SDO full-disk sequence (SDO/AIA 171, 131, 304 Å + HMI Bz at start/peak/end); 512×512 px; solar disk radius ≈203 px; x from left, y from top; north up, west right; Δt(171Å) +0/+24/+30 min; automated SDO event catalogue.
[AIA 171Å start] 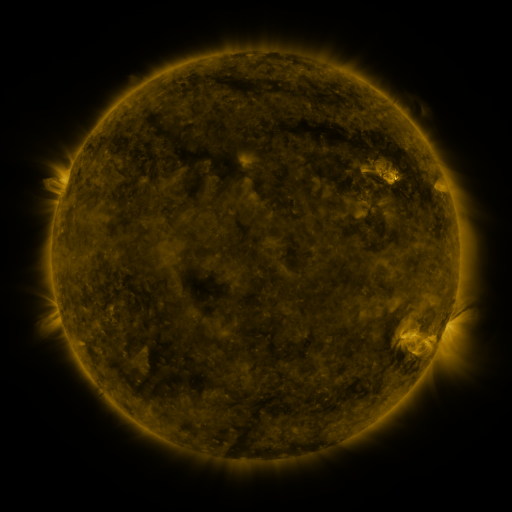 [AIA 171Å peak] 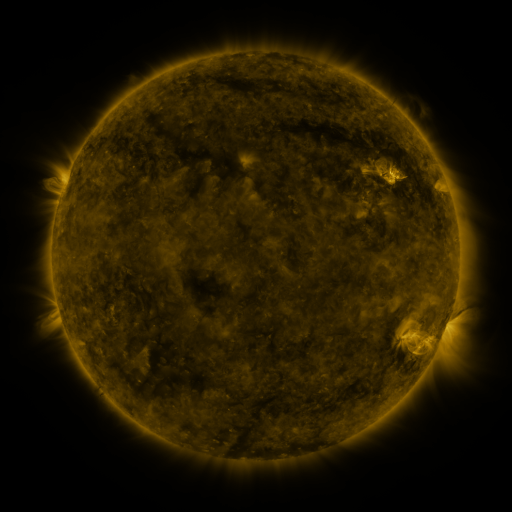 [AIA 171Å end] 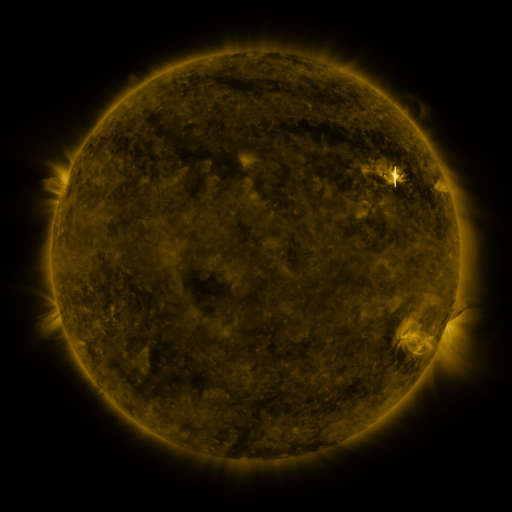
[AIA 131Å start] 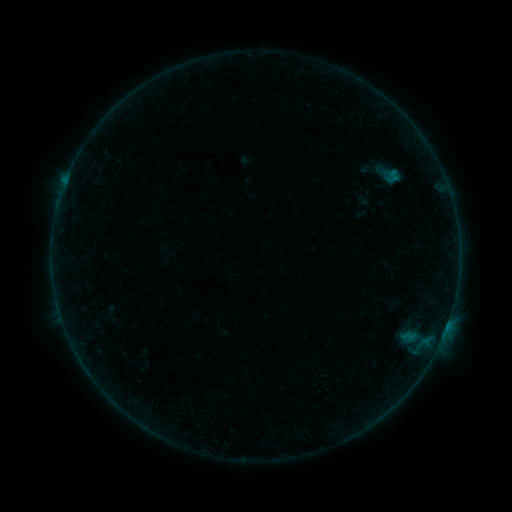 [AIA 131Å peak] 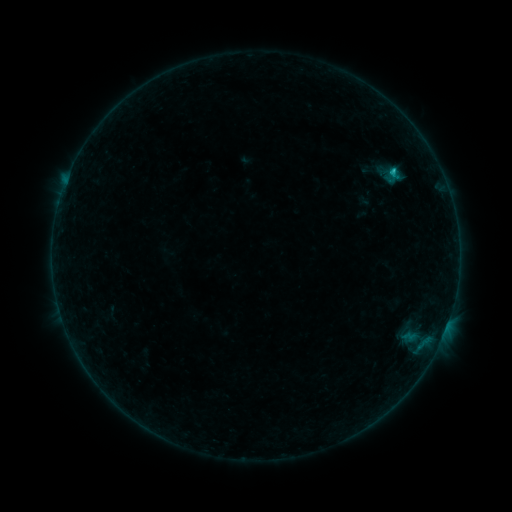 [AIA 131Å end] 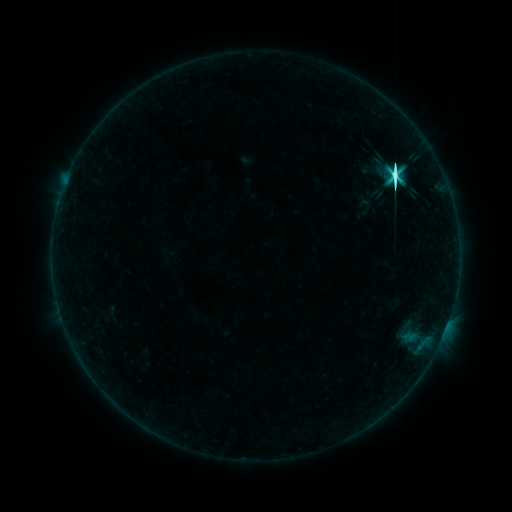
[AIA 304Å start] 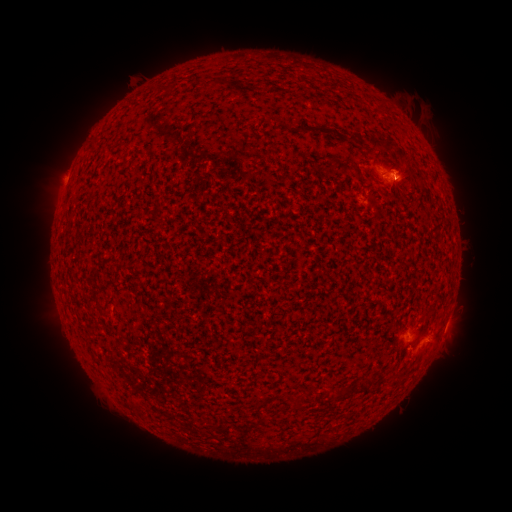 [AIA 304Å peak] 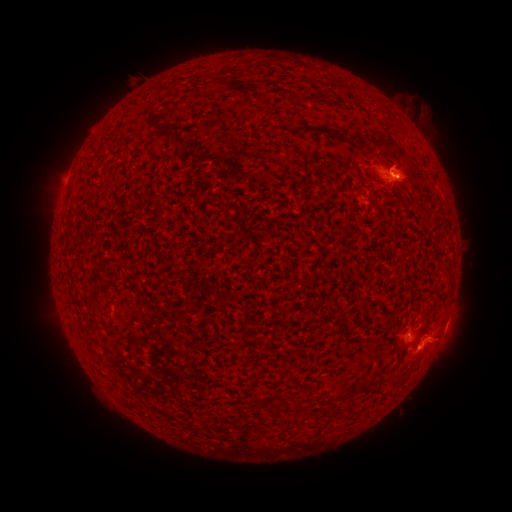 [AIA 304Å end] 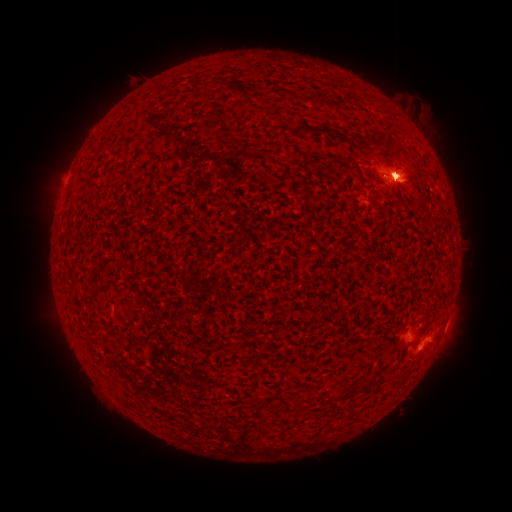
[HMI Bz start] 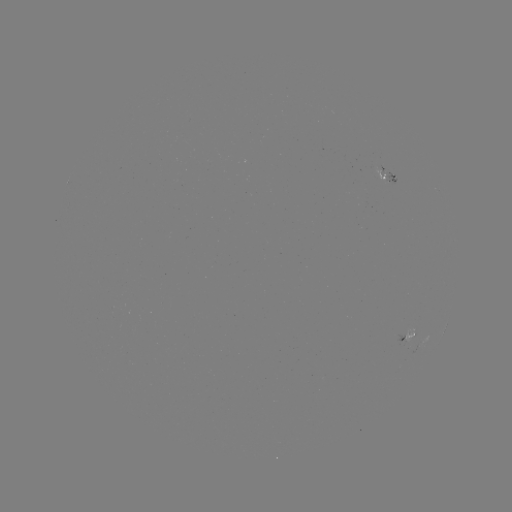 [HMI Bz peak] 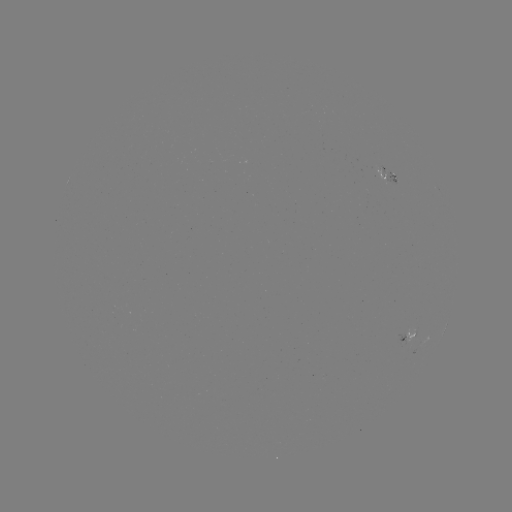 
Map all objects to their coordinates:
M2.0 flare: (393, 177)
